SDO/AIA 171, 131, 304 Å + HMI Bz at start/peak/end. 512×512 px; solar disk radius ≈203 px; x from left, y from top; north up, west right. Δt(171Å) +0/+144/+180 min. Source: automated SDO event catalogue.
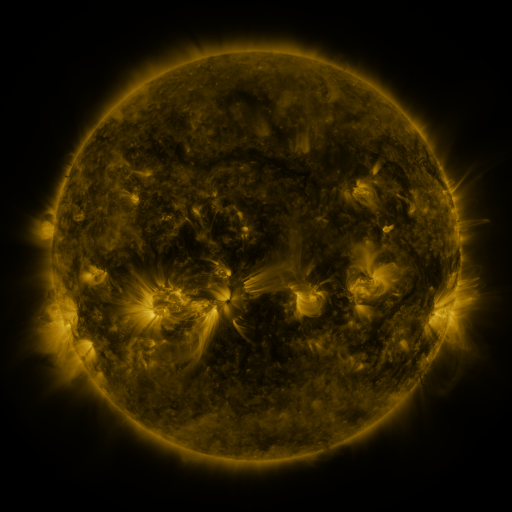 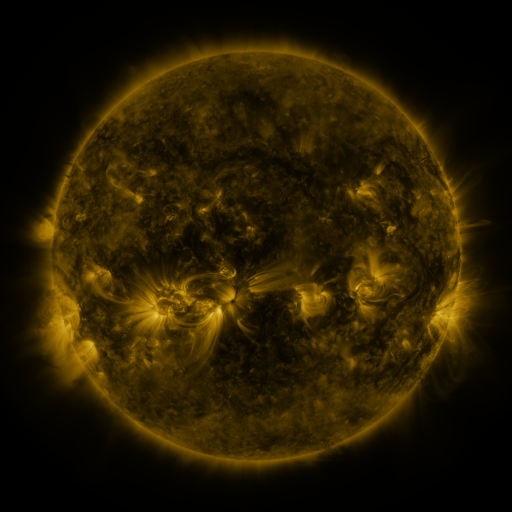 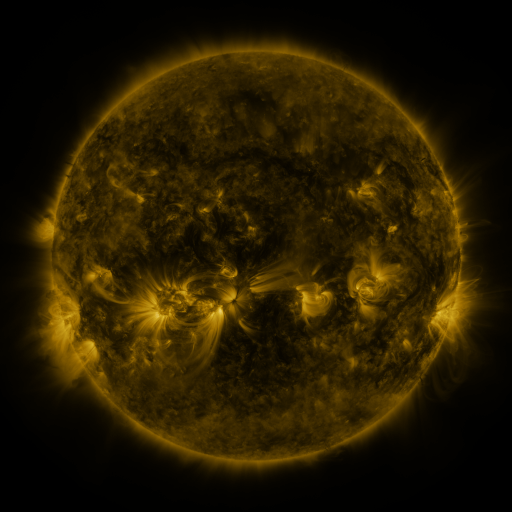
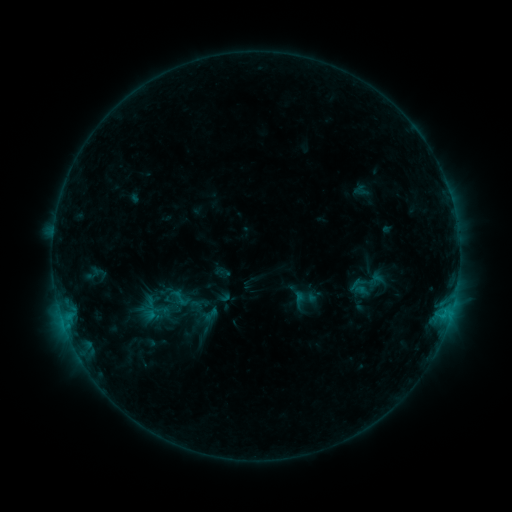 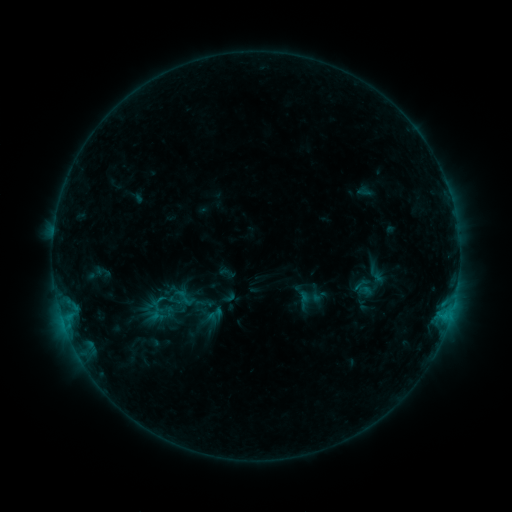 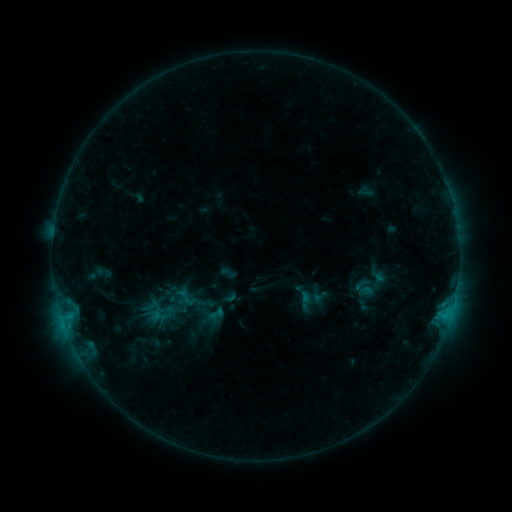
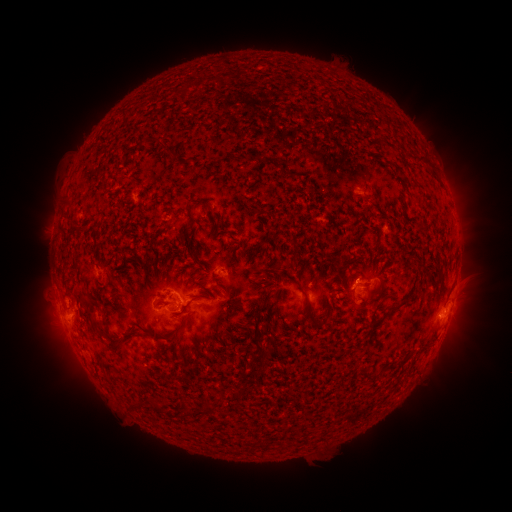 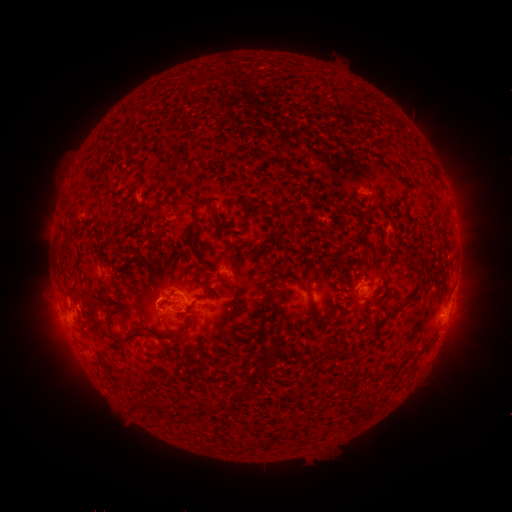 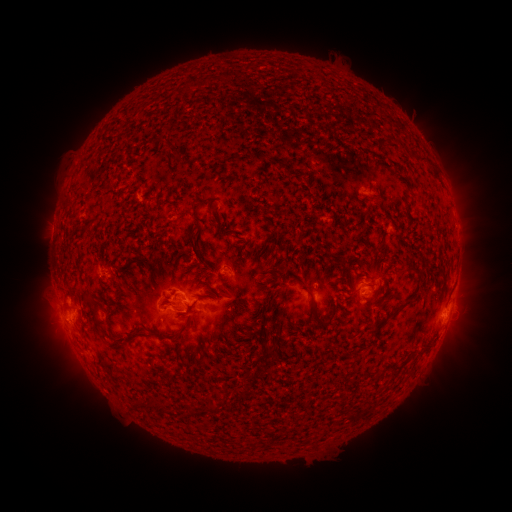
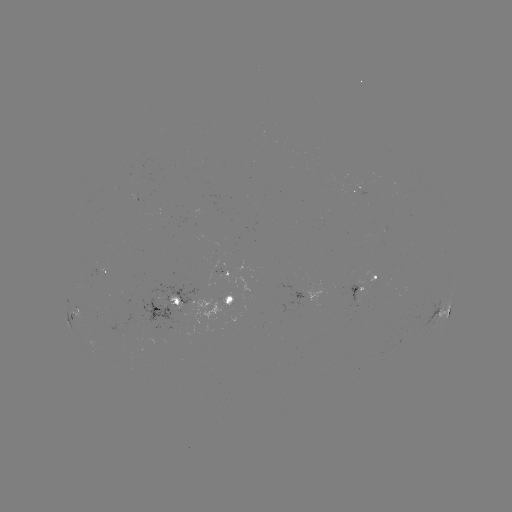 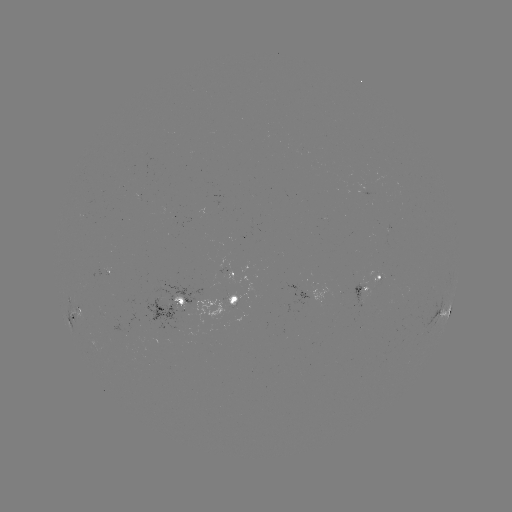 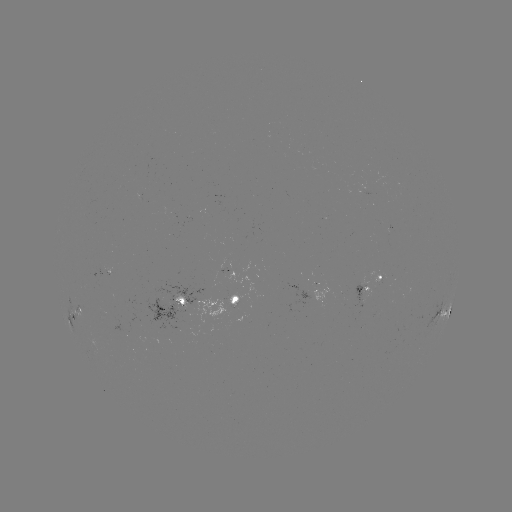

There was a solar emerging-flux region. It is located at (217, 304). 